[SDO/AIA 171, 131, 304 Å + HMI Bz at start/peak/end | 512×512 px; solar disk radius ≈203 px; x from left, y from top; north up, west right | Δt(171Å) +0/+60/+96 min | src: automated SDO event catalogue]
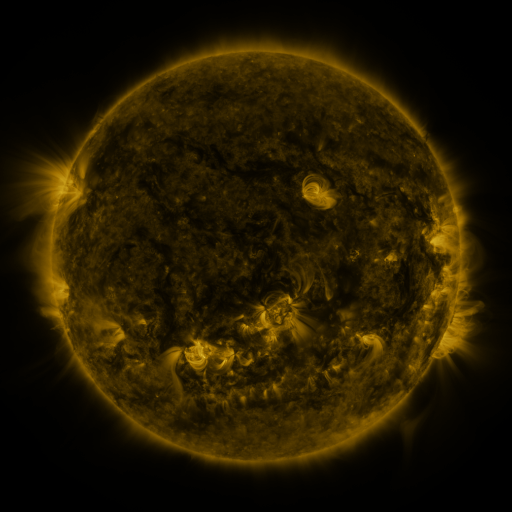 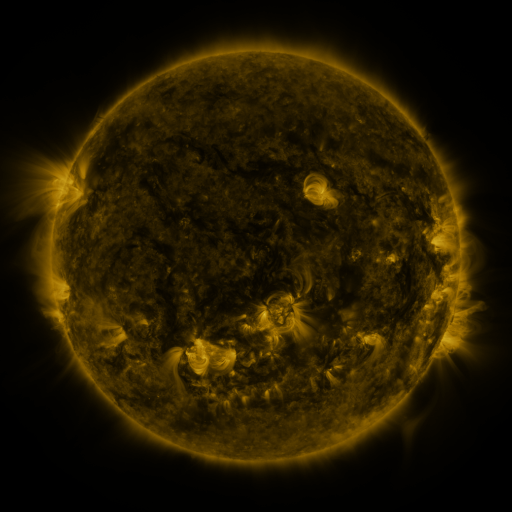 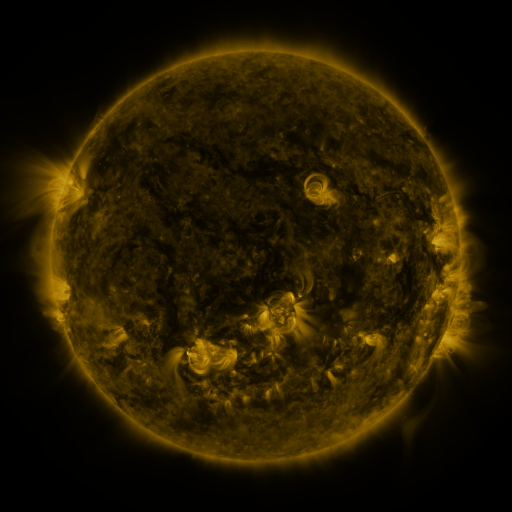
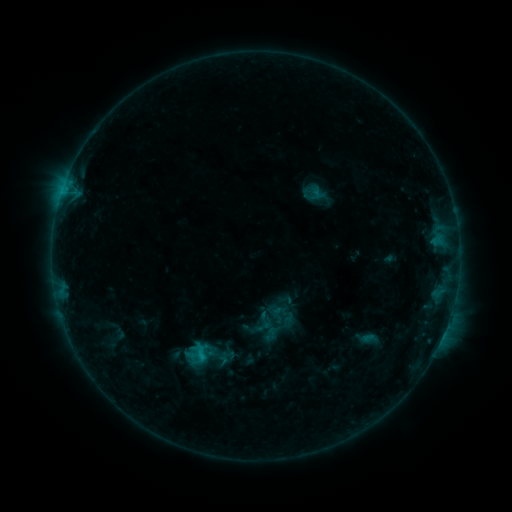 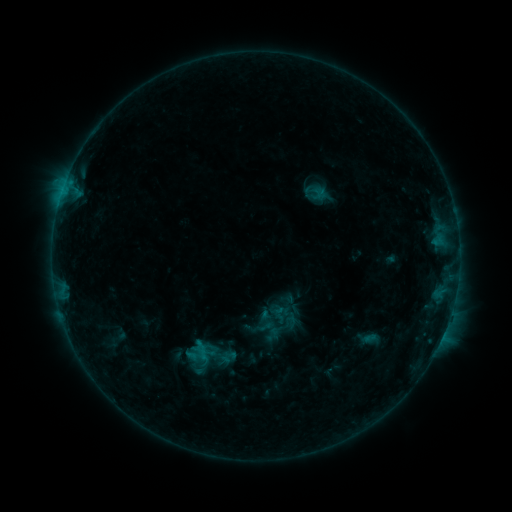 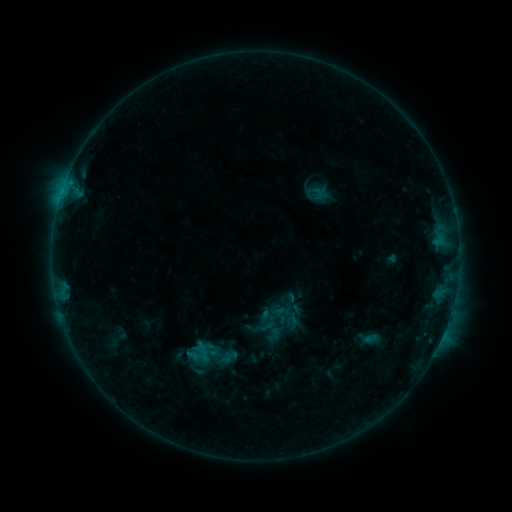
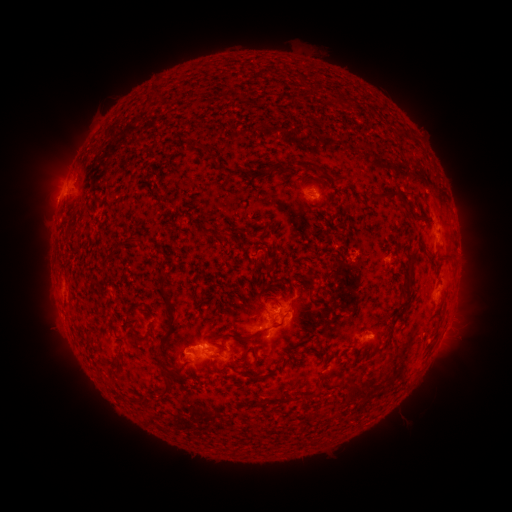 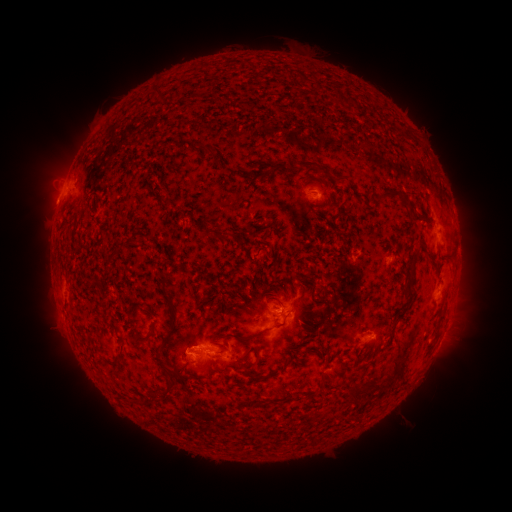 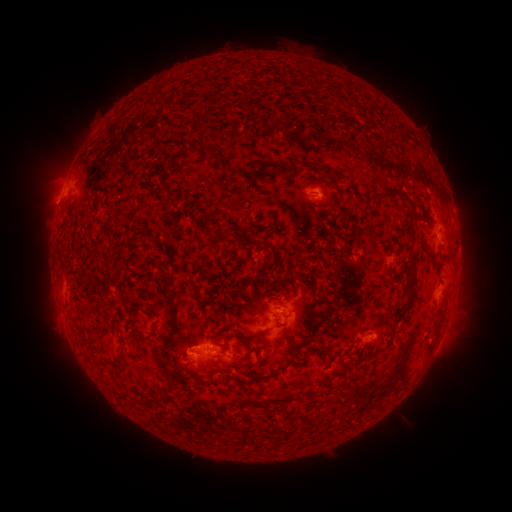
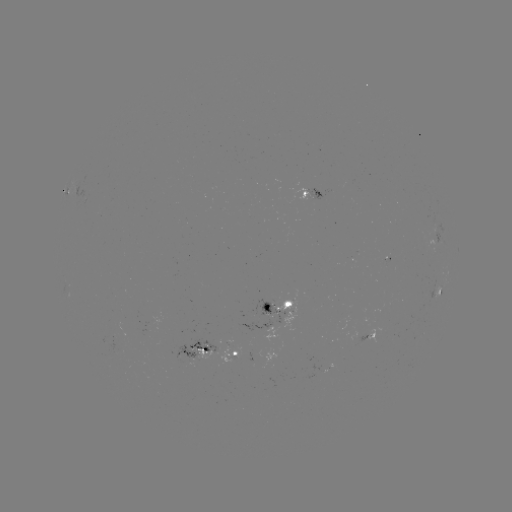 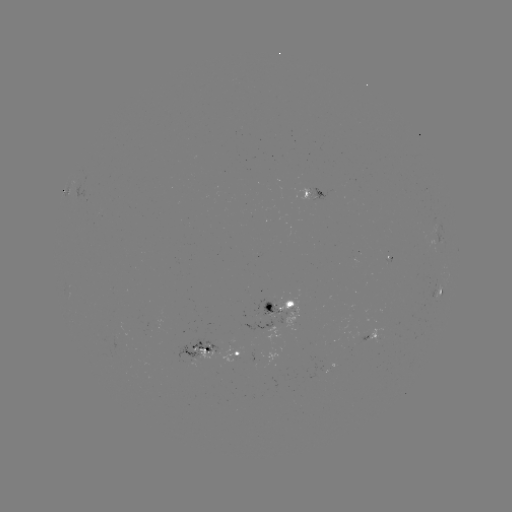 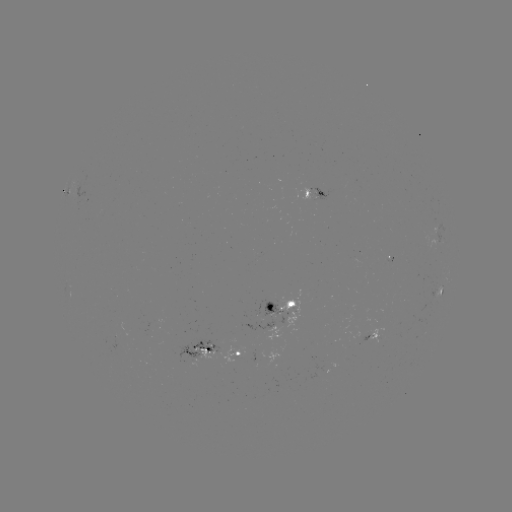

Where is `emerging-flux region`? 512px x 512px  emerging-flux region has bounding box [254, 299, 287, 323].